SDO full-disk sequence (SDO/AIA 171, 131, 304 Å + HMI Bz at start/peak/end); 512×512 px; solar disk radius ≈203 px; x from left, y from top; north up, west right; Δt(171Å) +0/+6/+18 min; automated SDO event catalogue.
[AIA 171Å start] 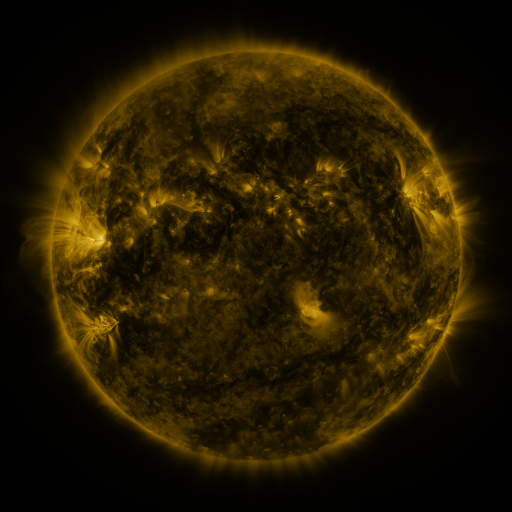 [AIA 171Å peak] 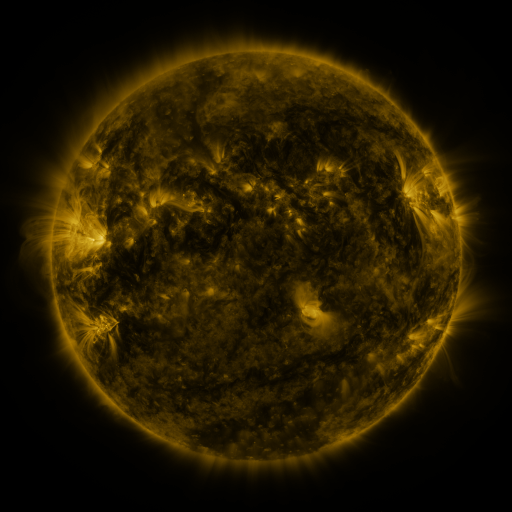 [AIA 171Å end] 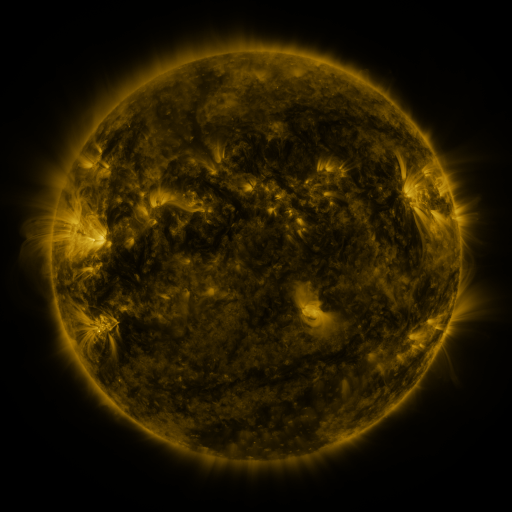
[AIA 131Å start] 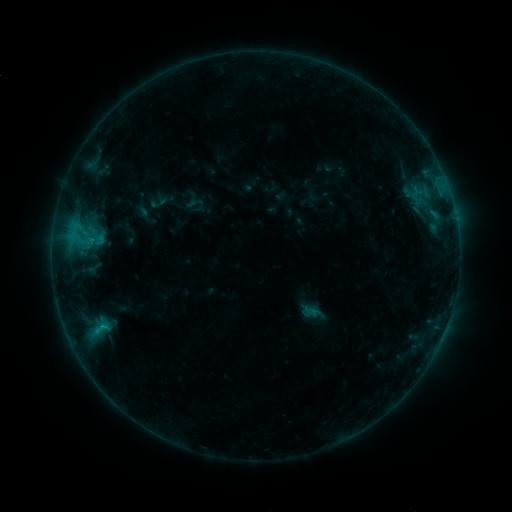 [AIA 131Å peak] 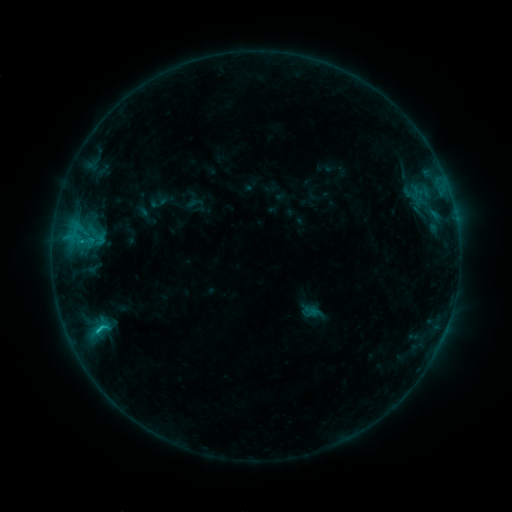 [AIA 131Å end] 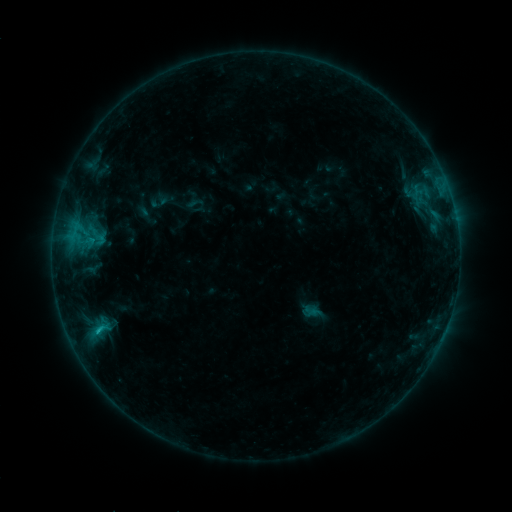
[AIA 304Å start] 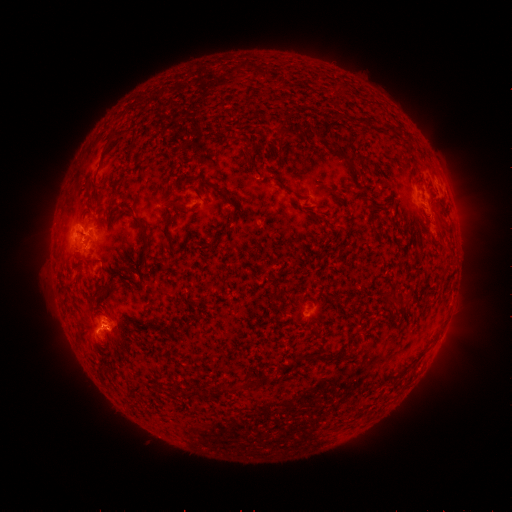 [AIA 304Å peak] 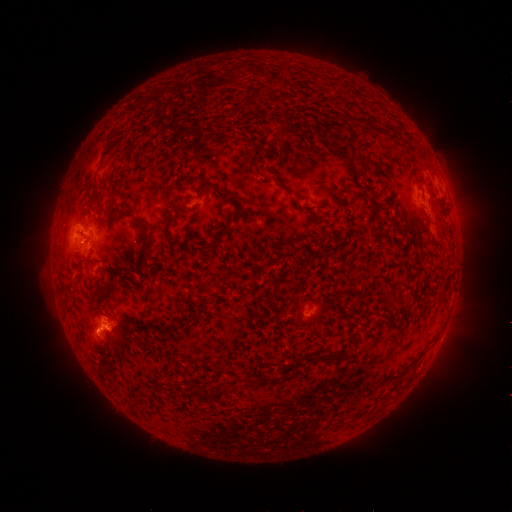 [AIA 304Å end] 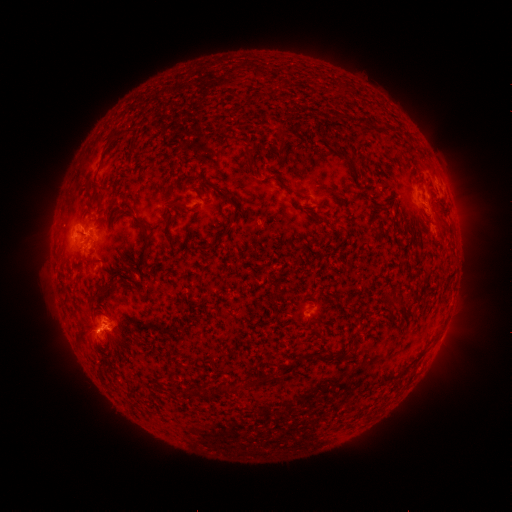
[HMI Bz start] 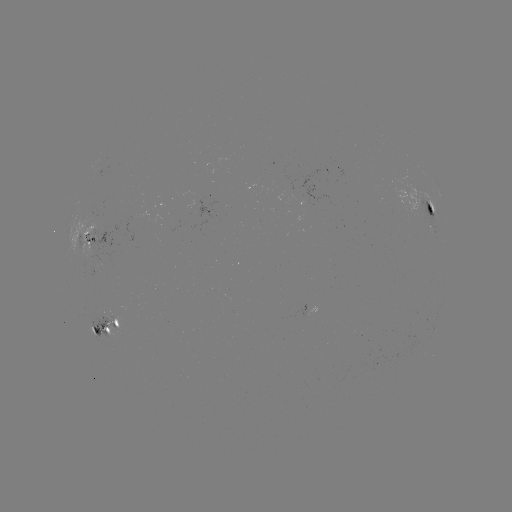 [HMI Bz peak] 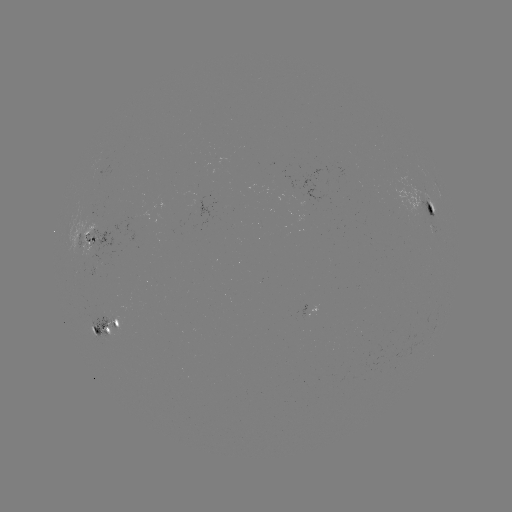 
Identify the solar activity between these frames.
C1.3 flare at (101, 328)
